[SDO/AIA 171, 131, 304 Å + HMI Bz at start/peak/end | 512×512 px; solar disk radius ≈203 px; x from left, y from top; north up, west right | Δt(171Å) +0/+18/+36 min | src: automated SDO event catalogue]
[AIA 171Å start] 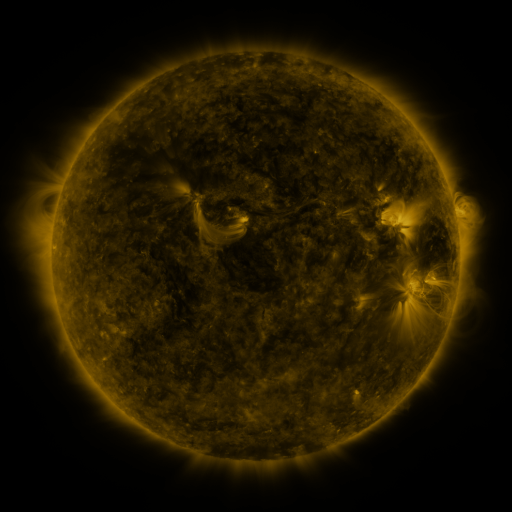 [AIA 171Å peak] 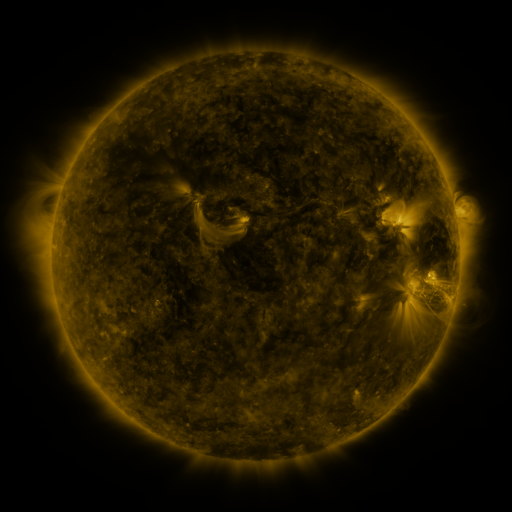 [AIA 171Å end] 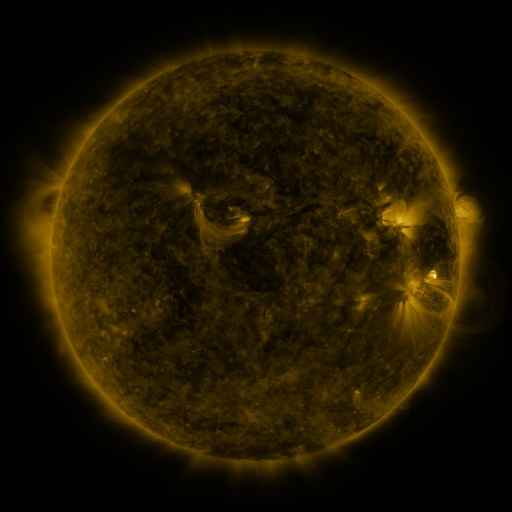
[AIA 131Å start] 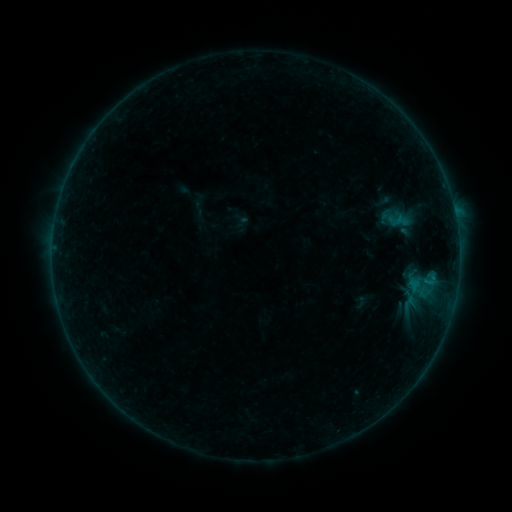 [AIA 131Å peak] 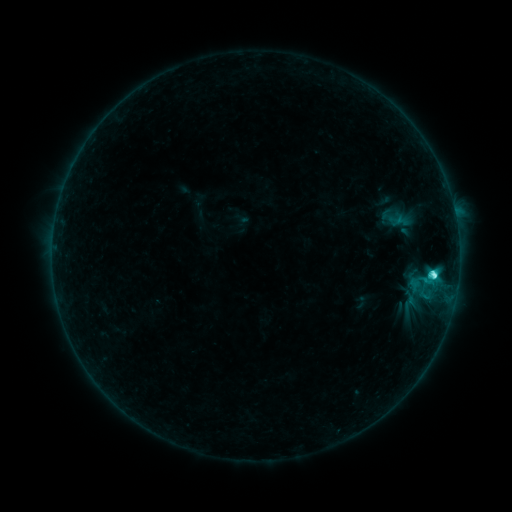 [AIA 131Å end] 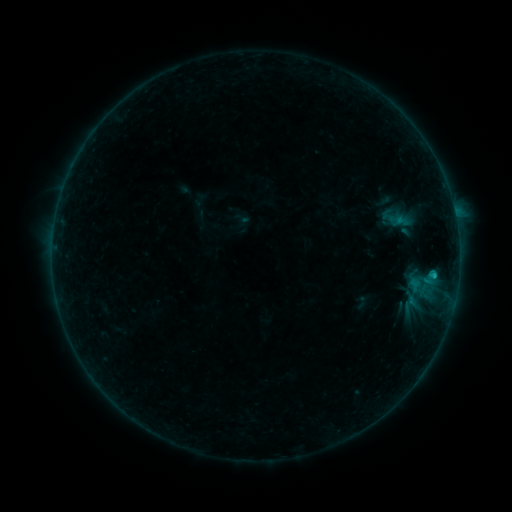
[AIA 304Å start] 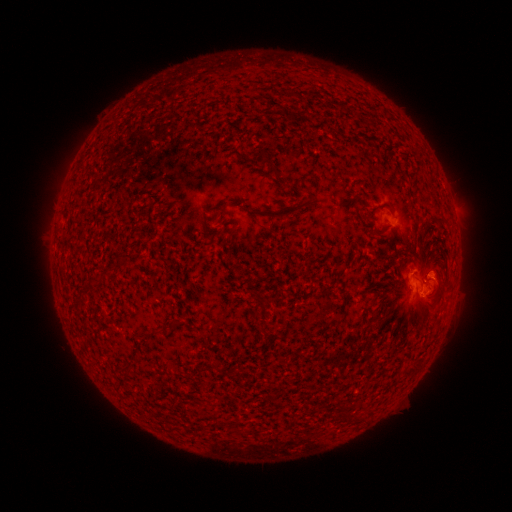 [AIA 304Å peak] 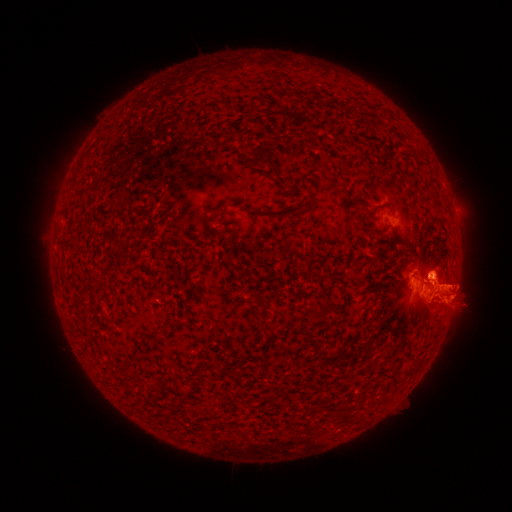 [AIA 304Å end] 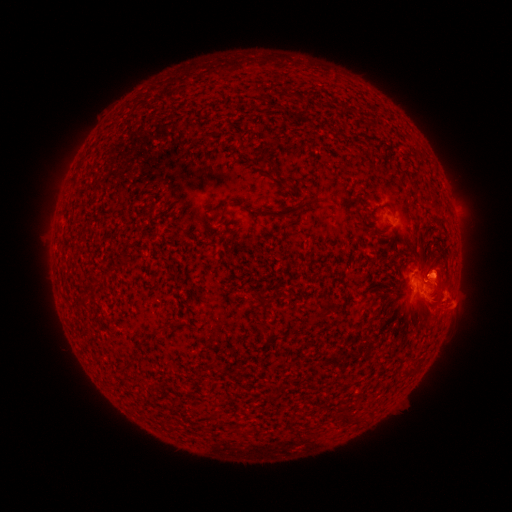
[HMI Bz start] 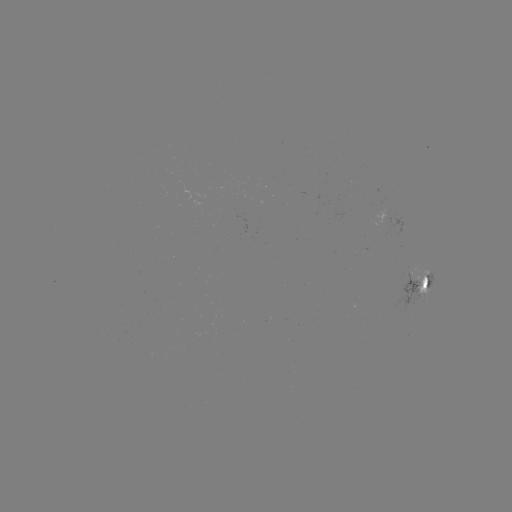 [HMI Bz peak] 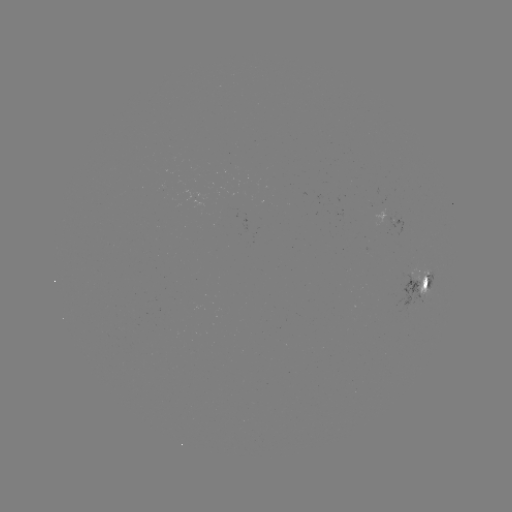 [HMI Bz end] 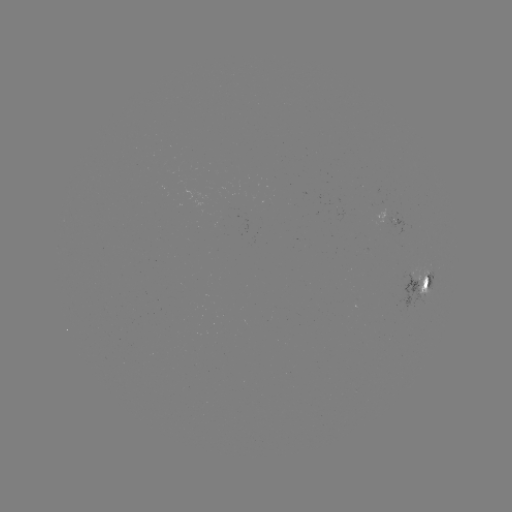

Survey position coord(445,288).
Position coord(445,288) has eruption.